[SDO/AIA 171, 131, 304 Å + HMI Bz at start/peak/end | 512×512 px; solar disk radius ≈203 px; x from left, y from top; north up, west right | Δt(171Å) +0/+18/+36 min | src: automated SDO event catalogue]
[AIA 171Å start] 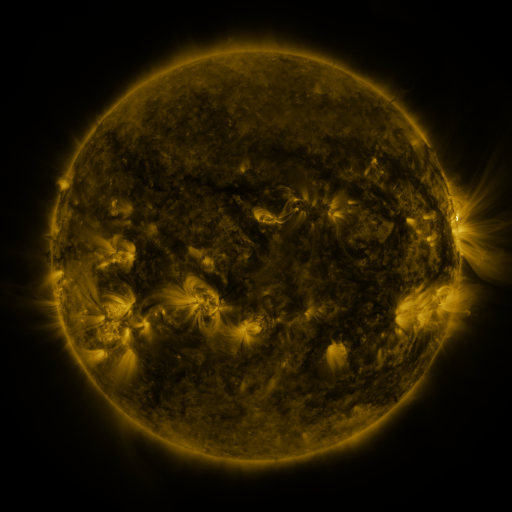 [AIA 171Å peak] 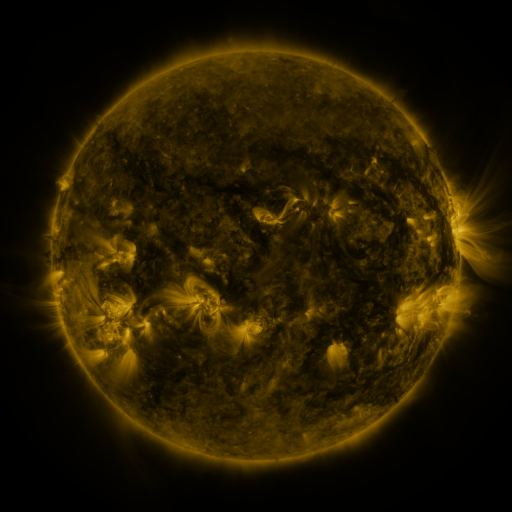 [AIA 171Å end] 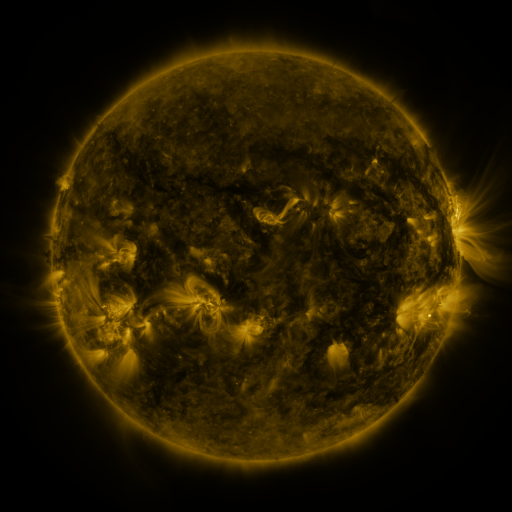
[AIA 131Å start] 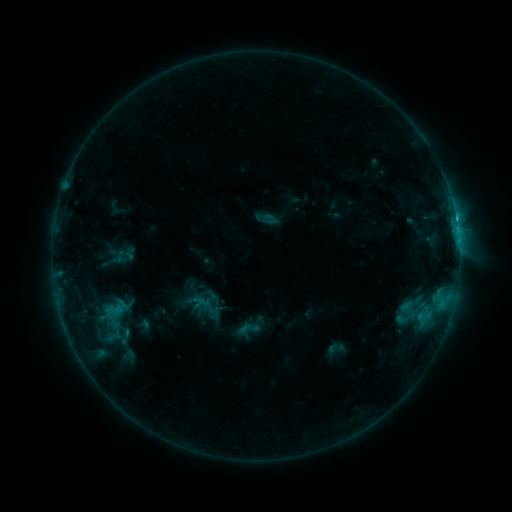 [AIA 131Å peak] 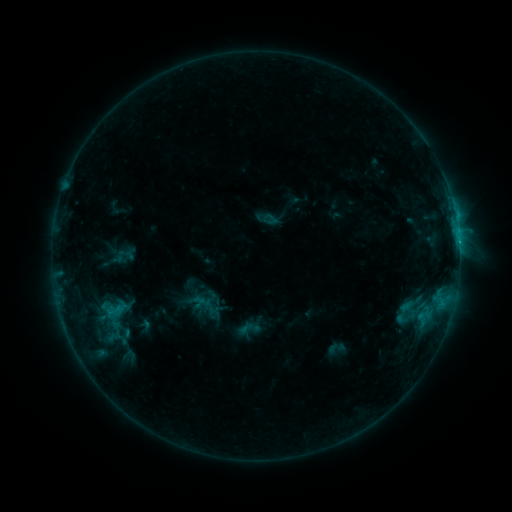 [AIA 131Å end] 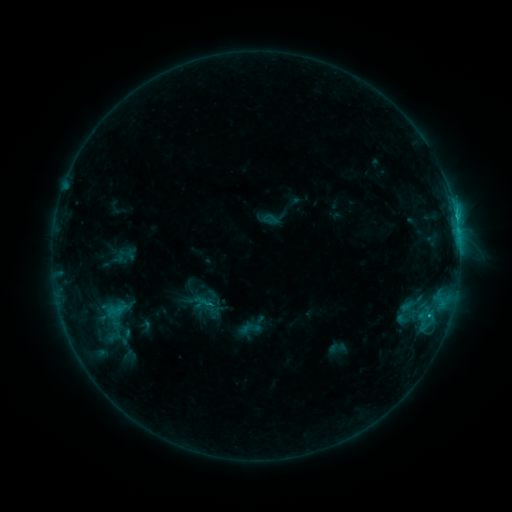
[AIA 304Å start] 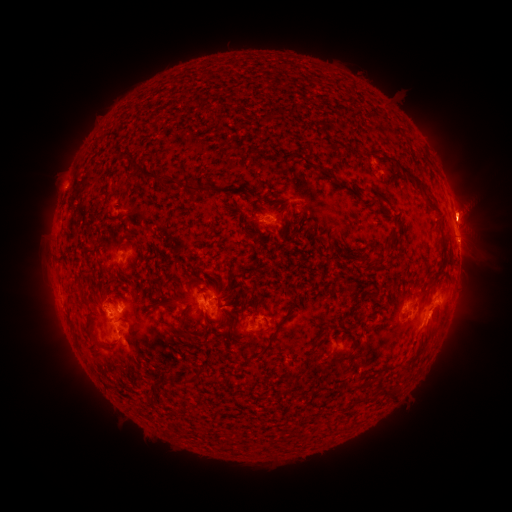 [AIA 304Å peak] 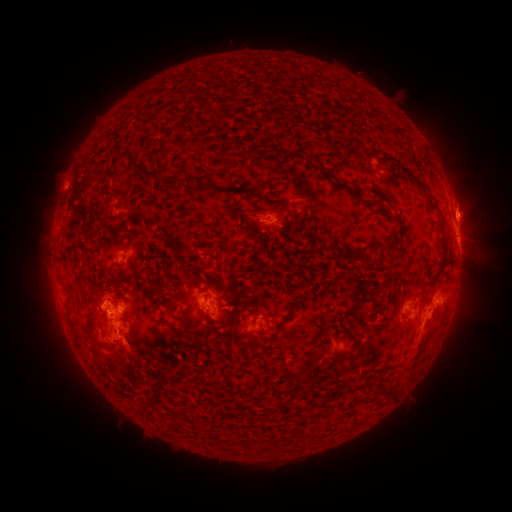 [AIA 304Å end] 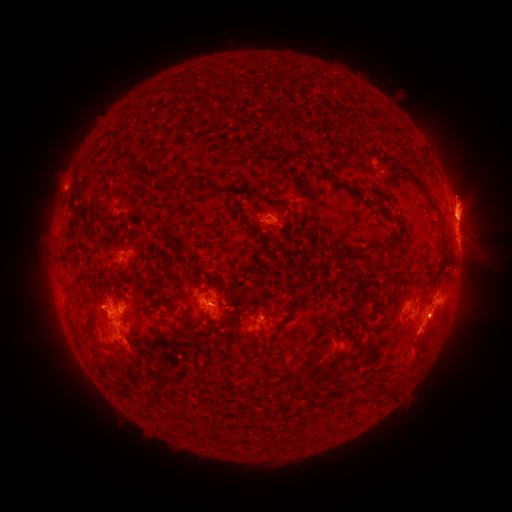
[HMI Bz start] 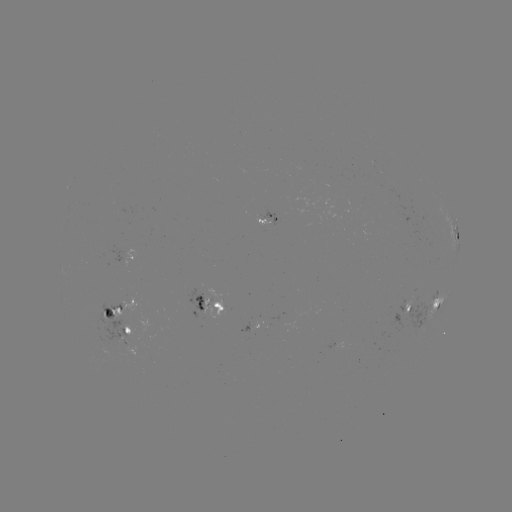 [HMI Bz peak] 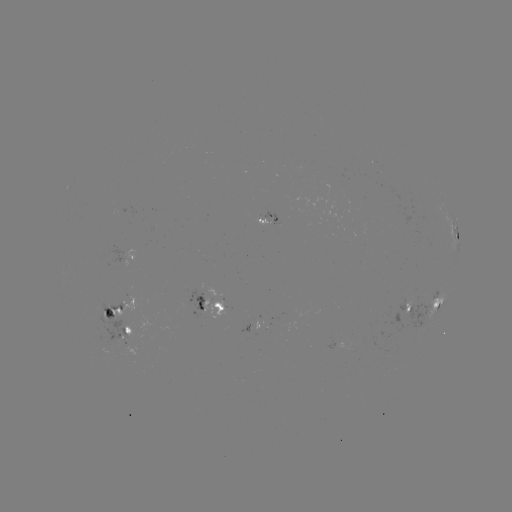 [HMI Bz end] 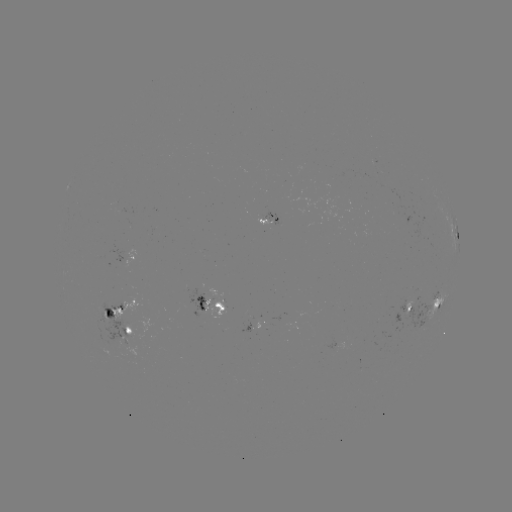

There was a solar eruption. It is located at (423, 344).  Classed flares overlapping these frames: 1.